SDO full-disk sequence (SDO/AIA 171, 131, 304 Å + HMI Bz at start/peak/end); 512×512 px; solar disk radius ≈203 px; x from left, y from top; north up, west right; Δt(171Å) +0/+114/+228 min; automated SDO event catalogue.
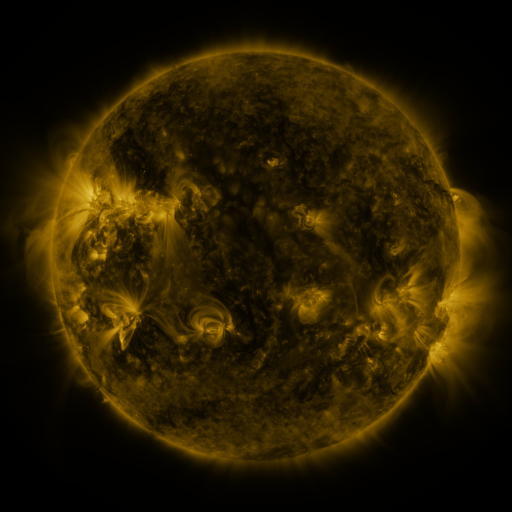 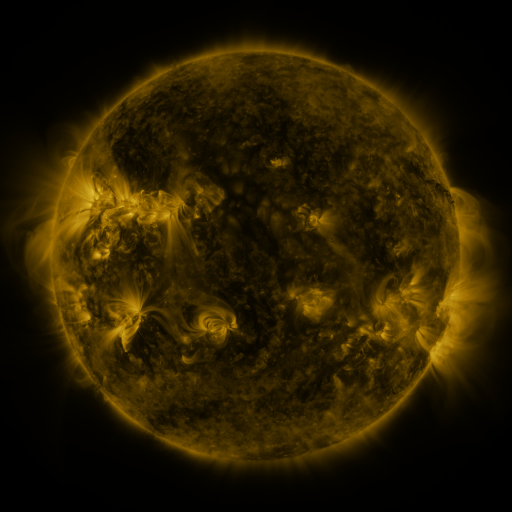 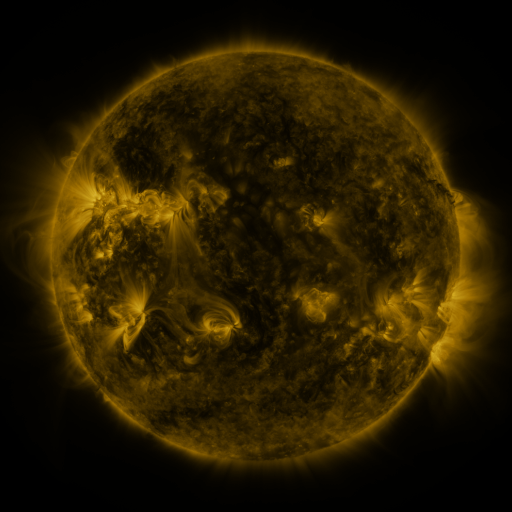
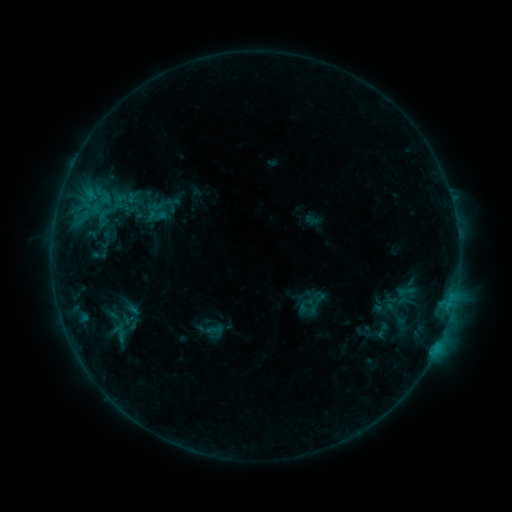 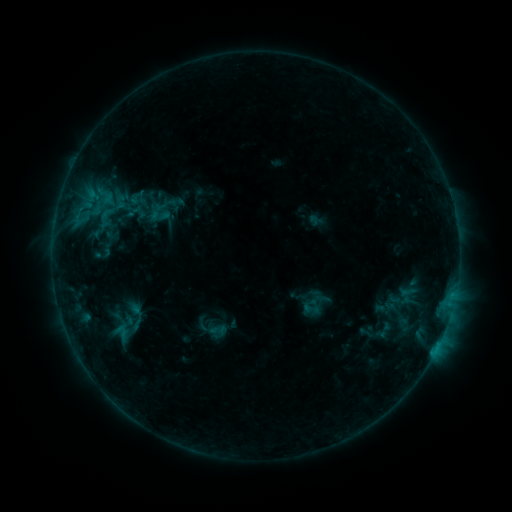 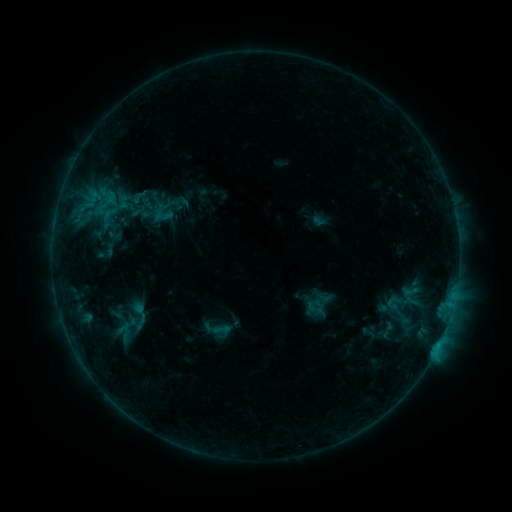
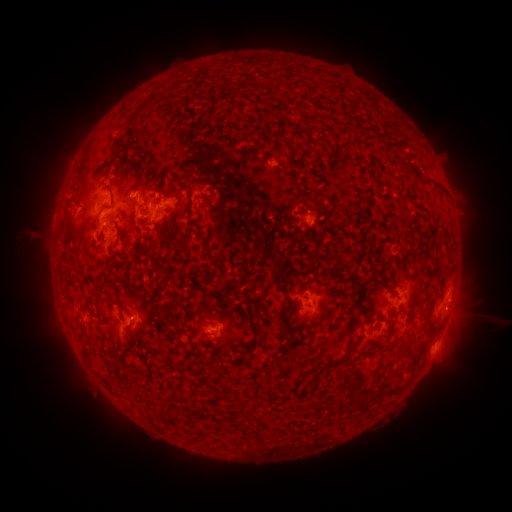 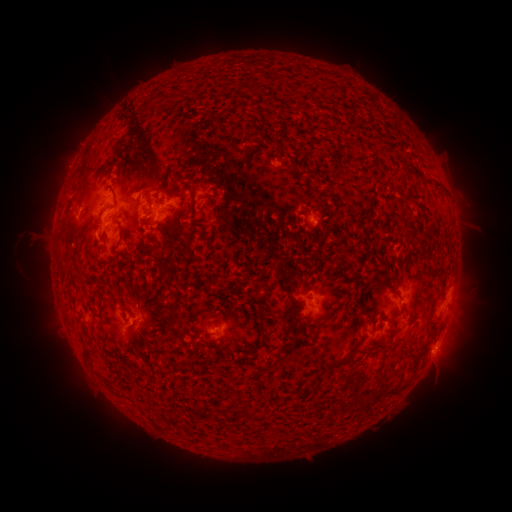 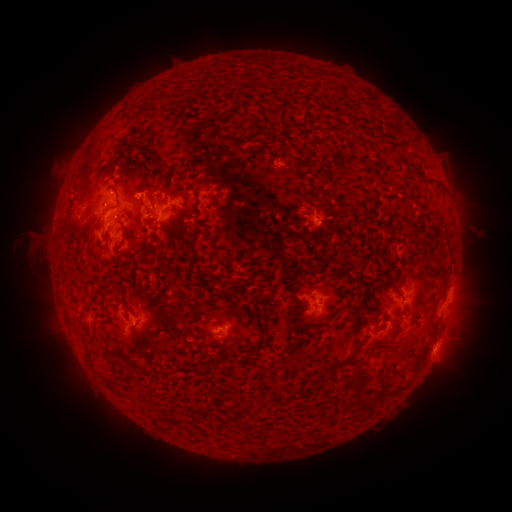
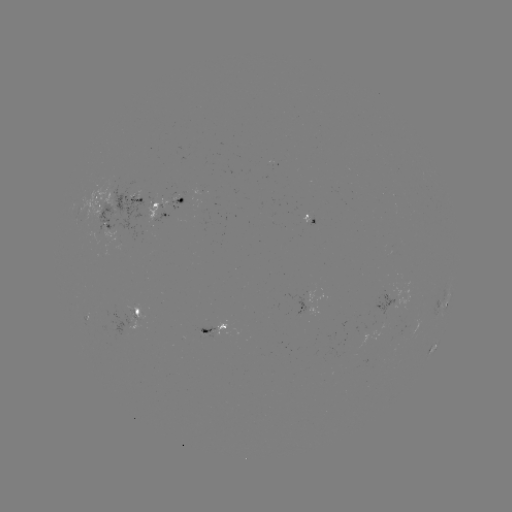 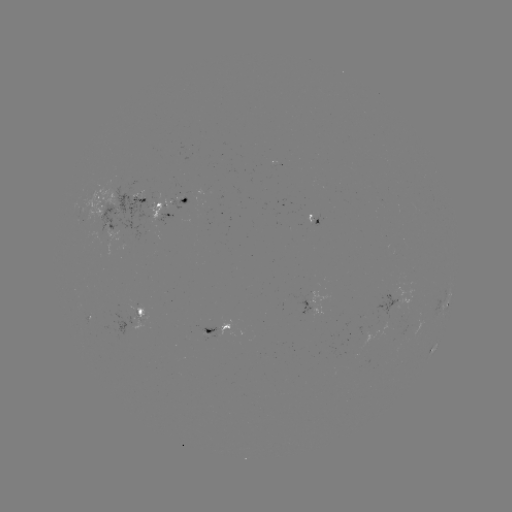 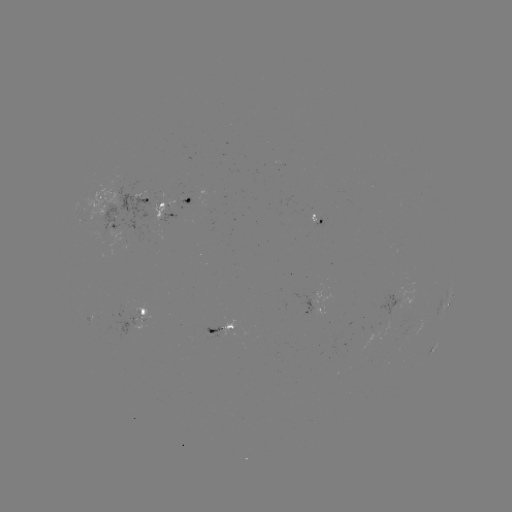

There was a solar filament eruption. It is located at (133, 143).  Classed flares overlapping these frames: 1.